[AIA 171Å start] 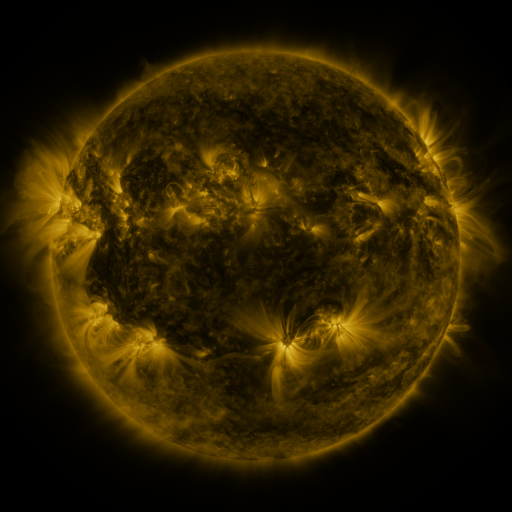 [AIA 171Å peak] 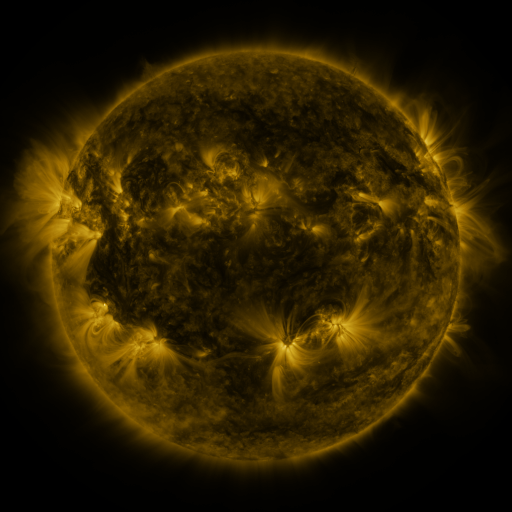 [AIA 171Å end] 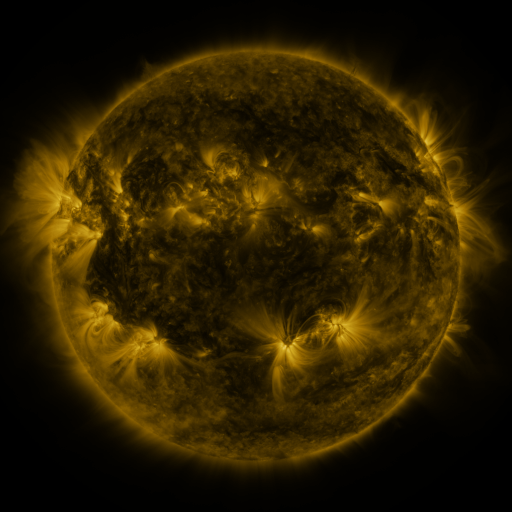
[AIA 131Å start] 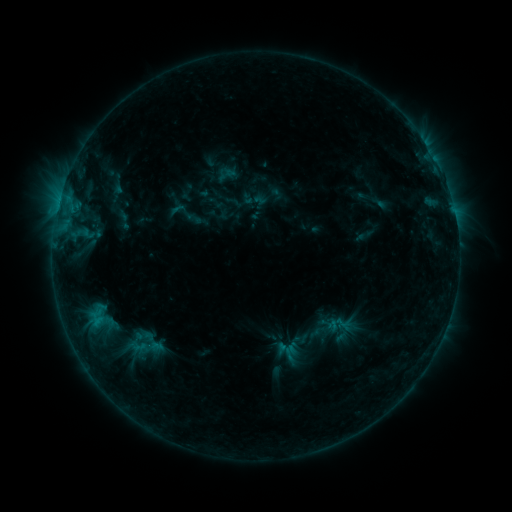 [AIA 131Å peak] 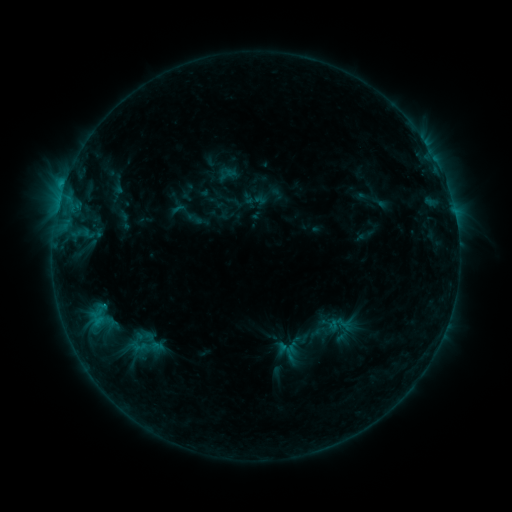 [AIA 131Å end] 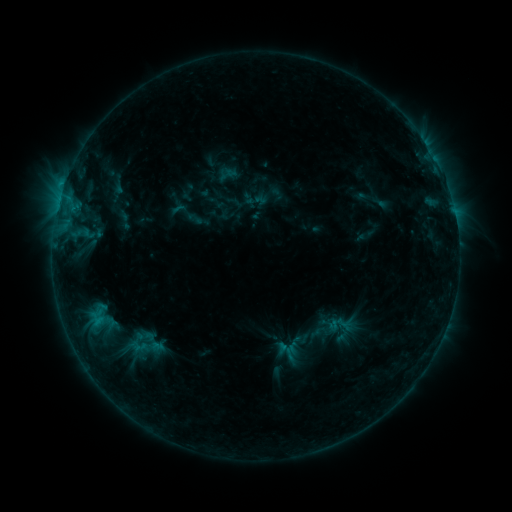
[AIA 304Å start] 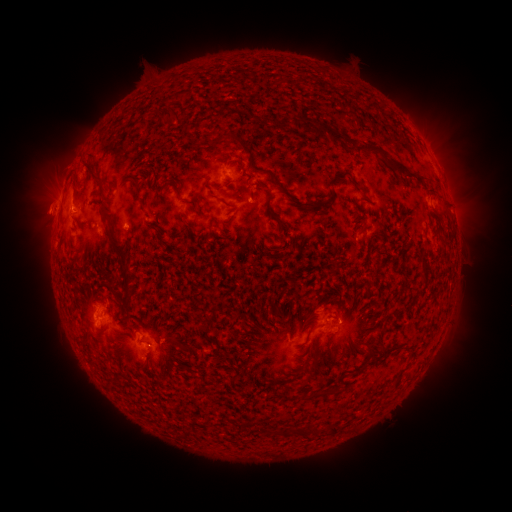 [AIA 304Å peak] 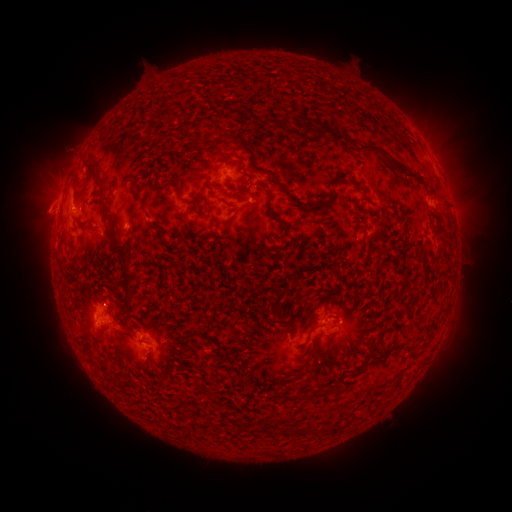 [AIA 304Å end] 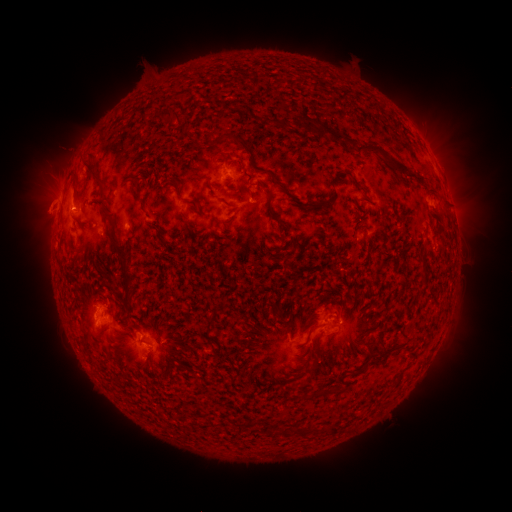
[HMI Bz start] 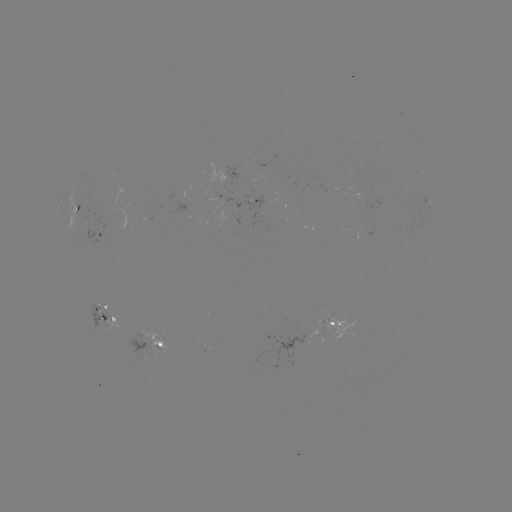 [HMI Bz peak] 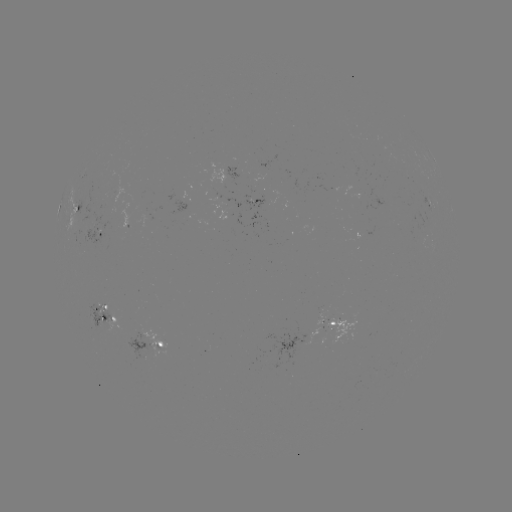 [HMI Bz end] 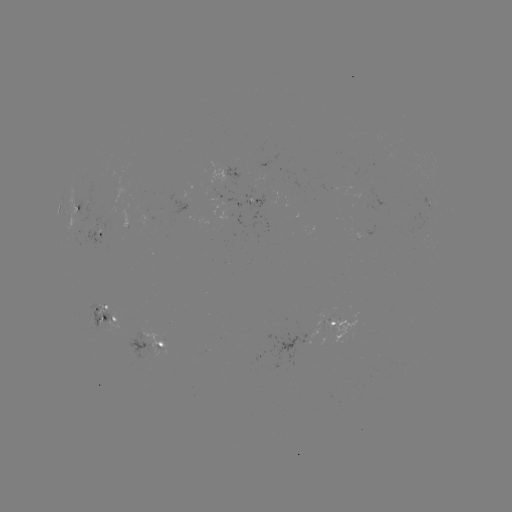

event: flare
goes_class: C1.1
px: (65, 186)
